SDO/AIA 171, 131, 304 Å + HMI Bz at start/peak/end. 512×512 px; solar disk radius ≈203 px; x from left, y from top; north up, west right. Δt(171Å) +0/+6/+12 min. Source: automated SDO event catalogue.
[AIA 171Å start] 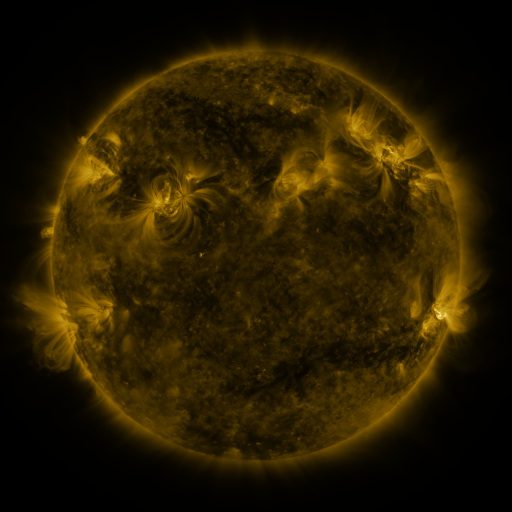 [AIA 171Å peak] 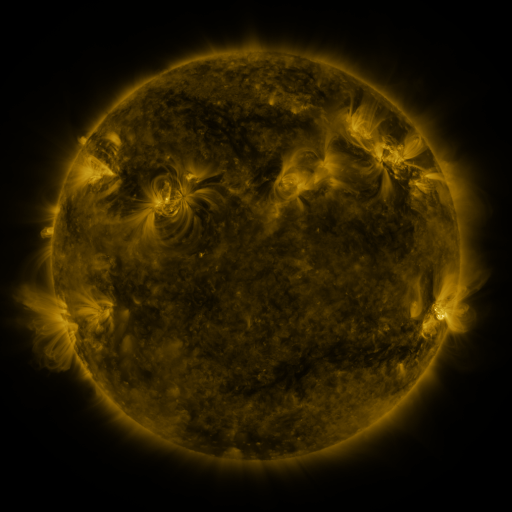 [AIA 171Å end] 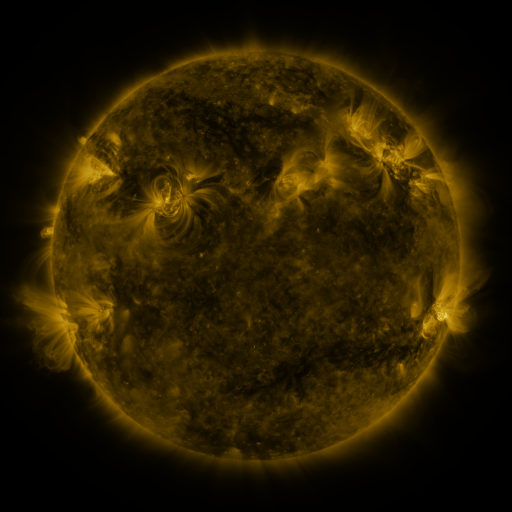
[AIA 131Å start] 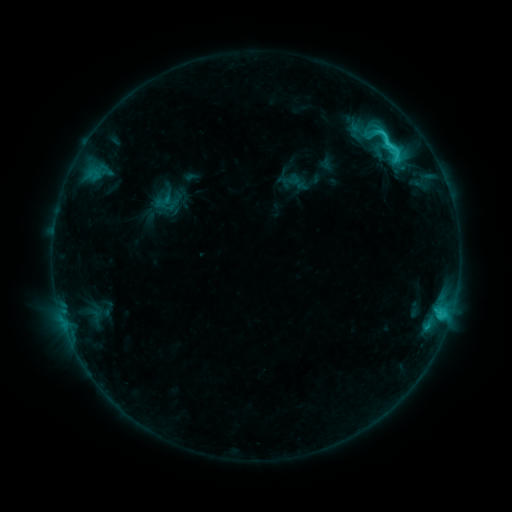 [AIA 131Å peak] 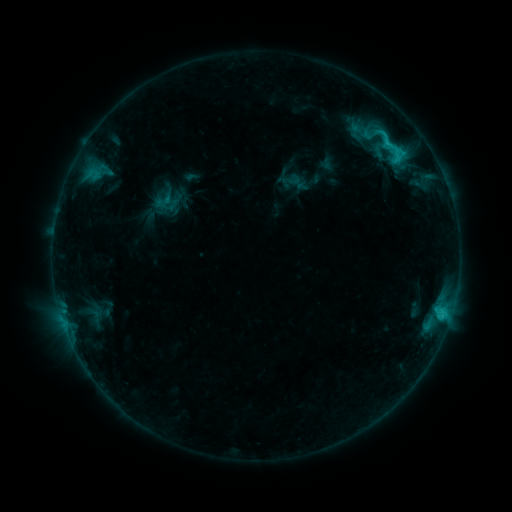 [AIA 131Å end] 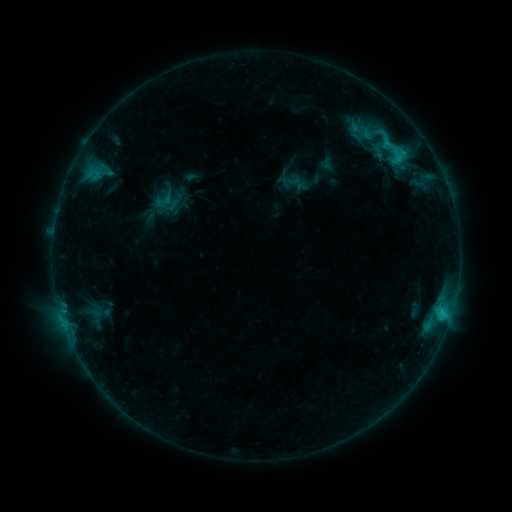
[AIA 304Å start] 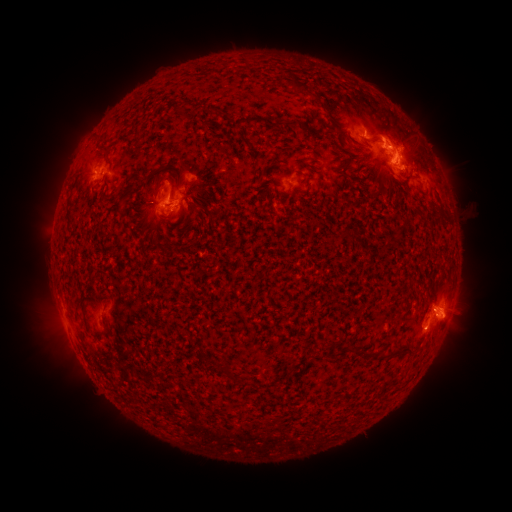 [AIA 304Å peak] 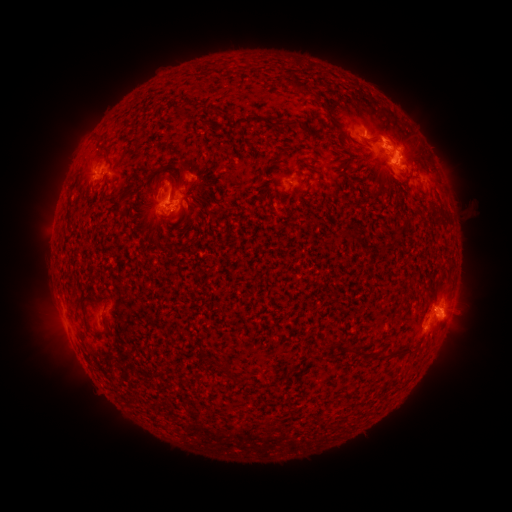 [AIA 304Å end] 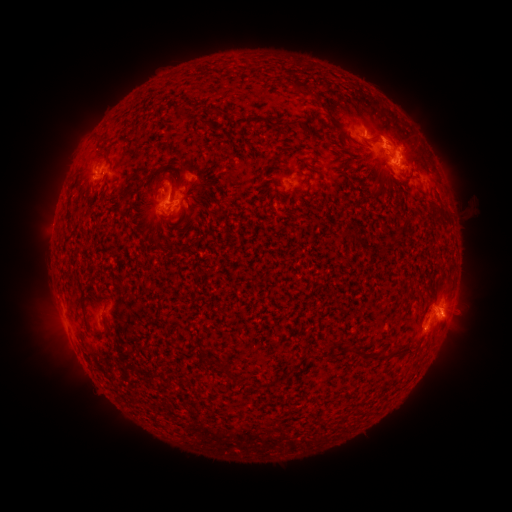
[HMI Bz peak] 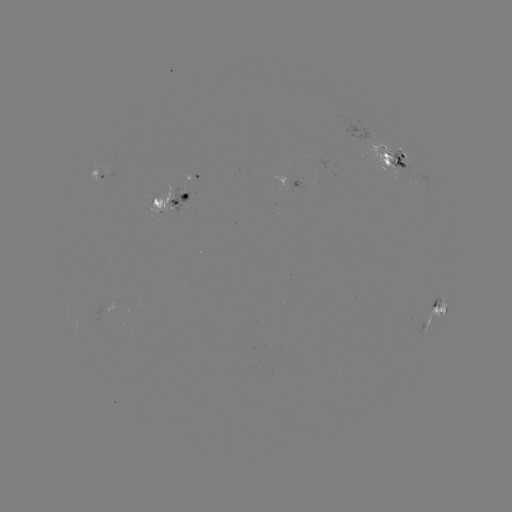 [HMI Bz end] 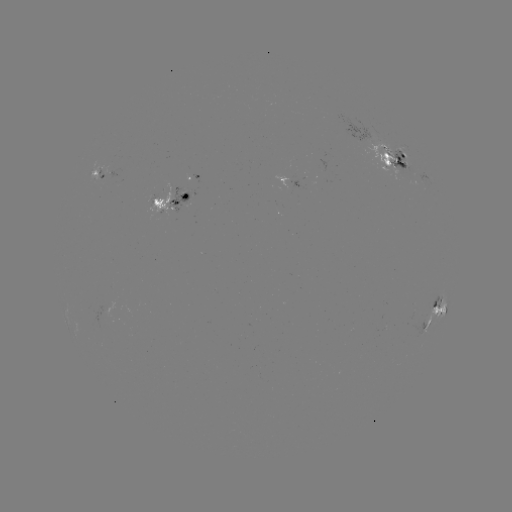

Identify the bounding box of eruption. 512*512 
[431, 306, 474, 344].